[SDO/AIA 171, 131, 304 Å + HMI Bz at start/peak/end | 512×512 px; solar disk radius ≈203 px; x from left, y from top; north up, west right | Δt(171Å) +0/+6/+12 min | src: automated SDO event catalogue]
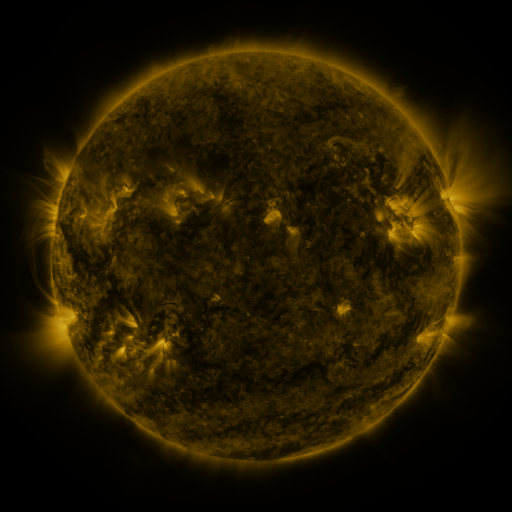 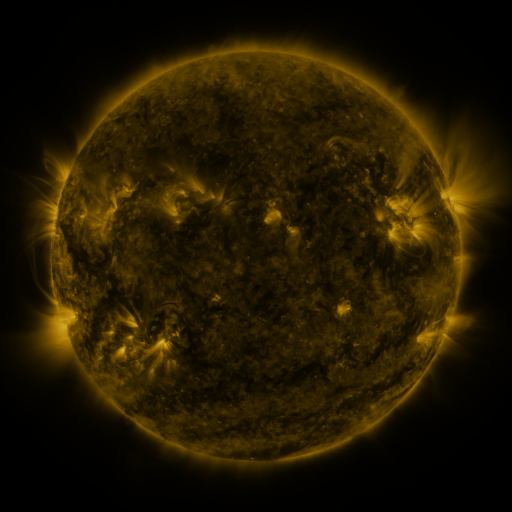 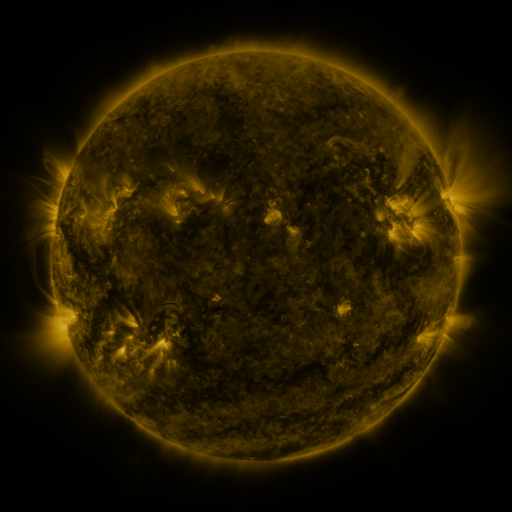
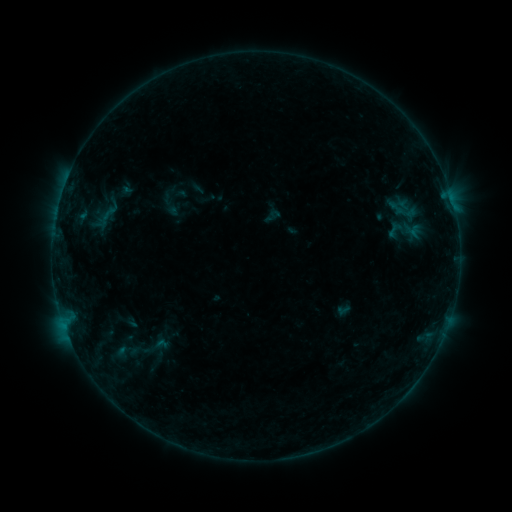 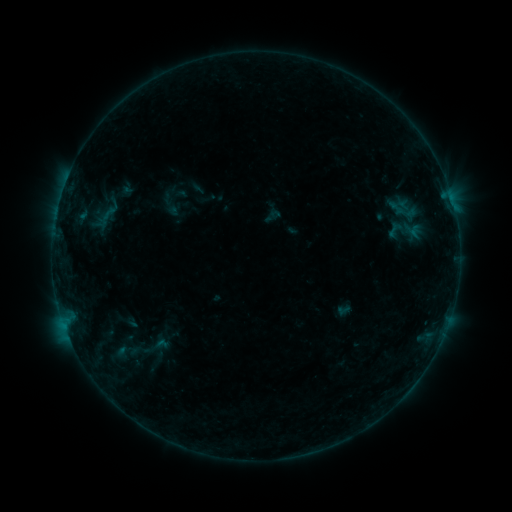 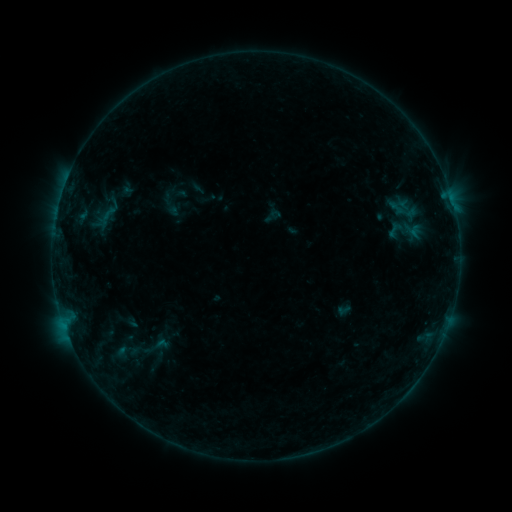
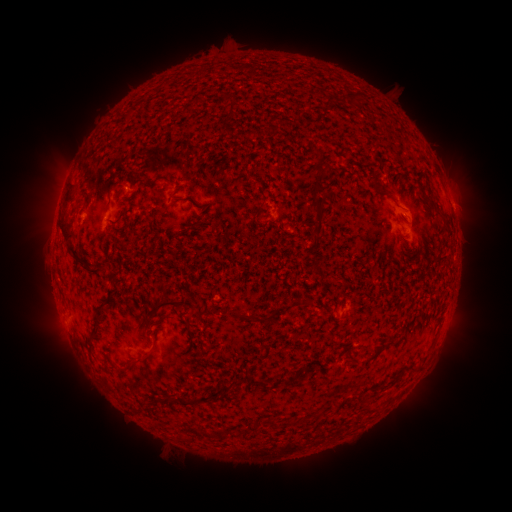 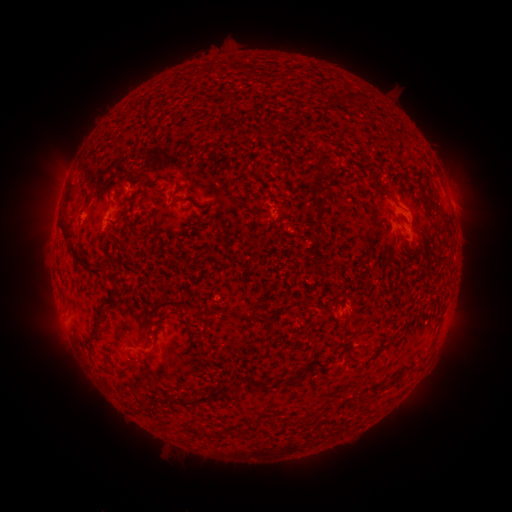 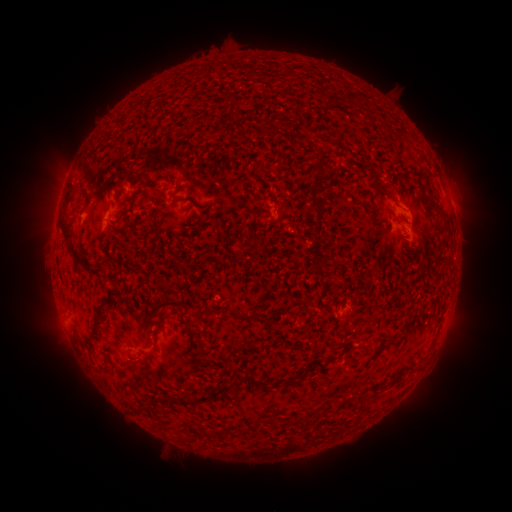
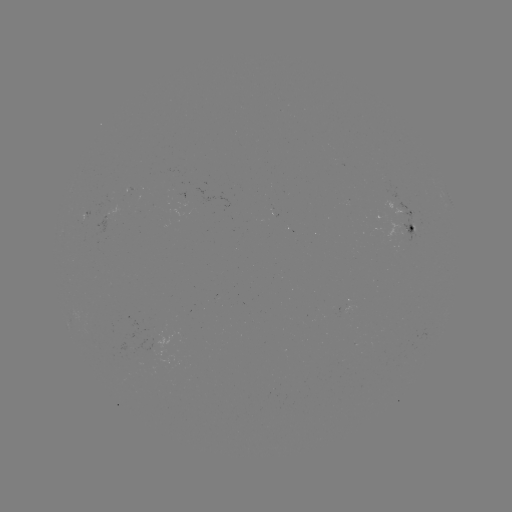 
no flare in any classed list; no EUV-trigger detection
